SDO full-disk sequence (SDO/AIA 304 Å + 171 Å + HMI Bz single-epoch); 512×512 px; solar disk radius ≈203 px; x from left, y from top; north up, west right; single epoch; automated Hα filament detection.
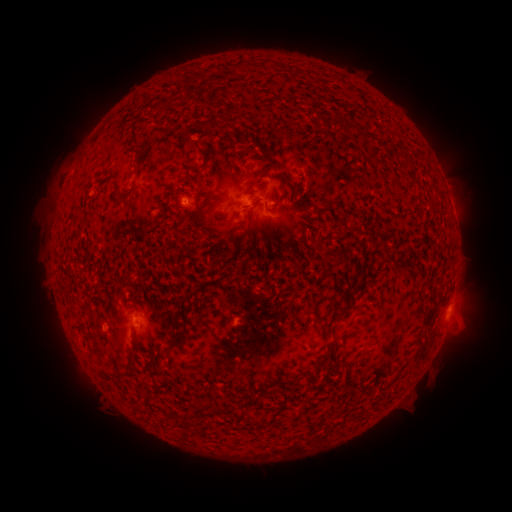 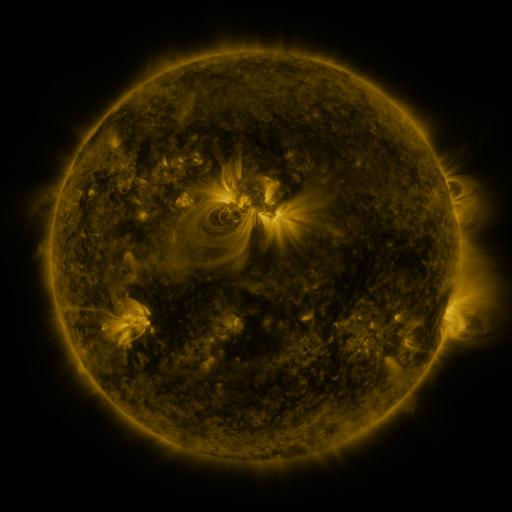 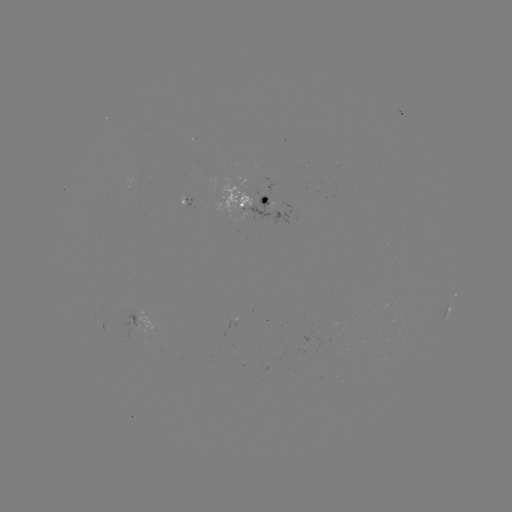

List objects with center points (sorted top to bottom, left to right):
filament: <bbox>213, 122, 240, 135</bbox>
filament: <bbox>357, 126, 366, 139</bbox>
filament: <bbox>370, 133, 379, 145</bbox>
filament: <bbox>185, 138, 214, 163</bbox>
filament: <bbox>247, 178, 263, 190</bbox>
filament: <bbox>201, 194, 211, 205</bbox>
filament: <bbox>250, 197, 262, 207</bbox>
filament: <bbox>215, 218, 241, 236</bbox>
filament: <bbox>334, 305, 350, 321</bbox>
filament: <bbox>167, 332, 188, 349</bbox>
filament: <bbox>312, 341, 335, 372</bbox>
filament: <bbox>194, 401, 201, 410</bbox>
